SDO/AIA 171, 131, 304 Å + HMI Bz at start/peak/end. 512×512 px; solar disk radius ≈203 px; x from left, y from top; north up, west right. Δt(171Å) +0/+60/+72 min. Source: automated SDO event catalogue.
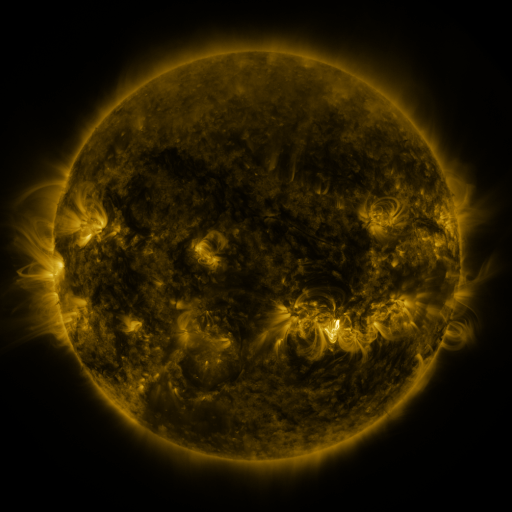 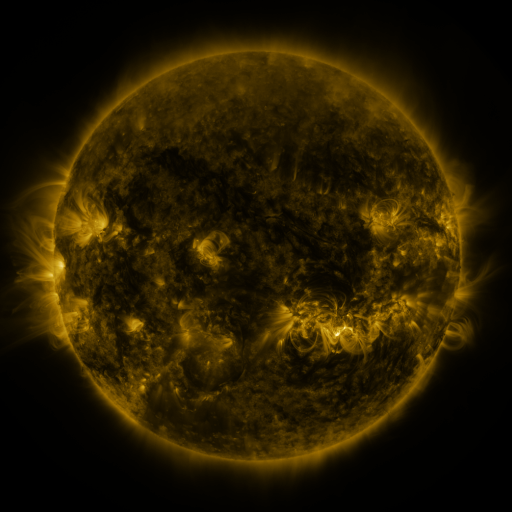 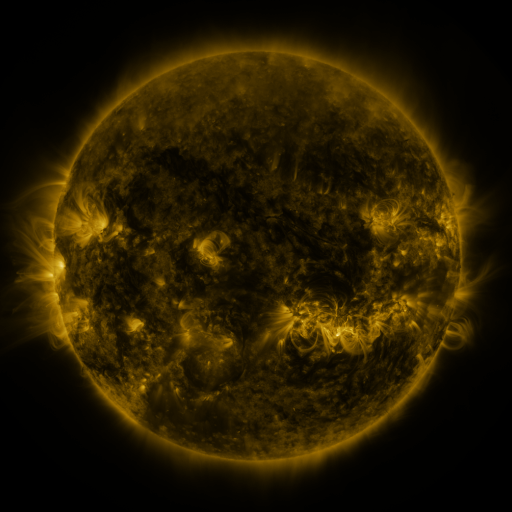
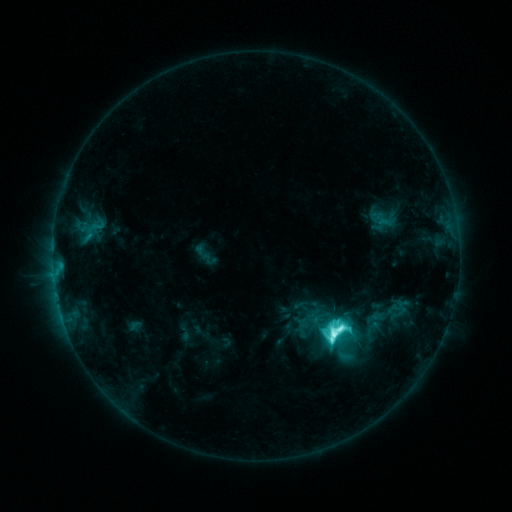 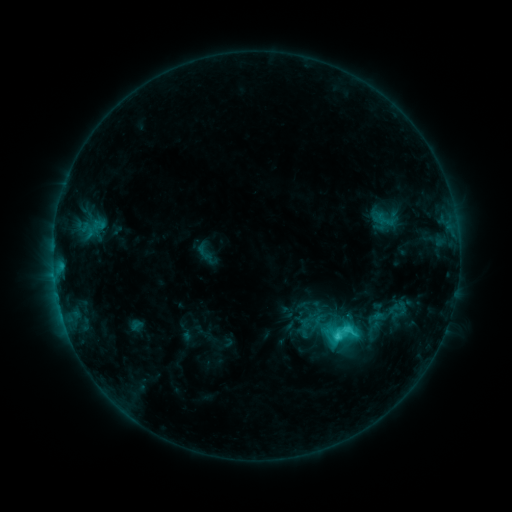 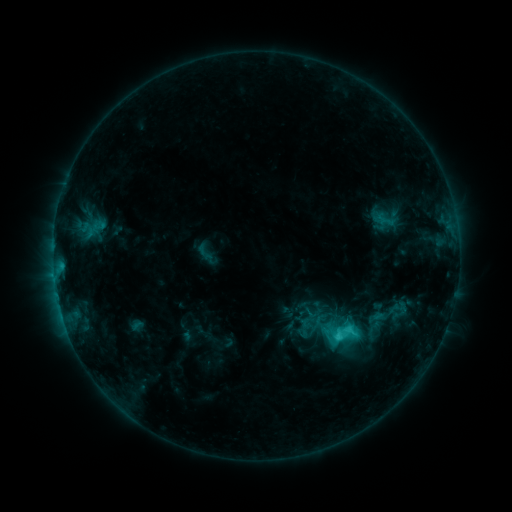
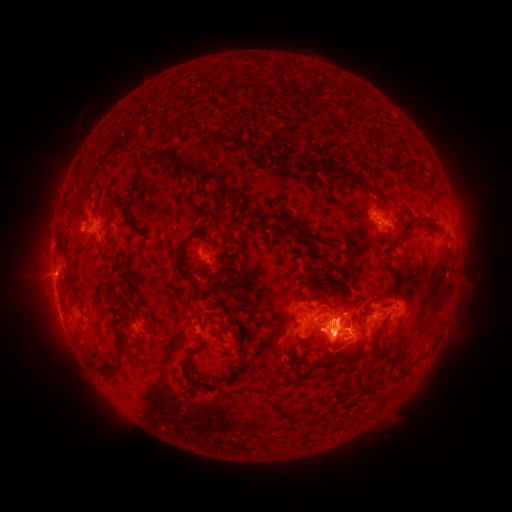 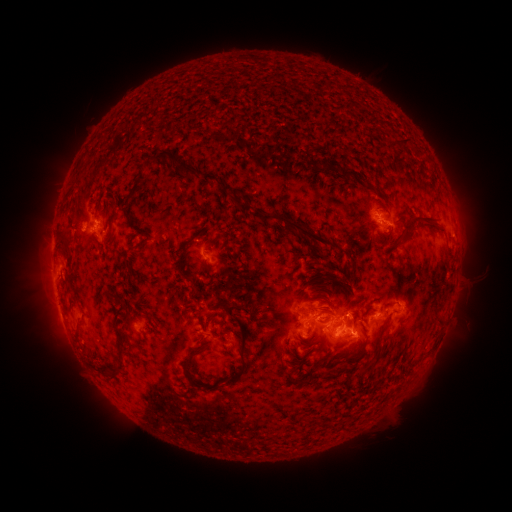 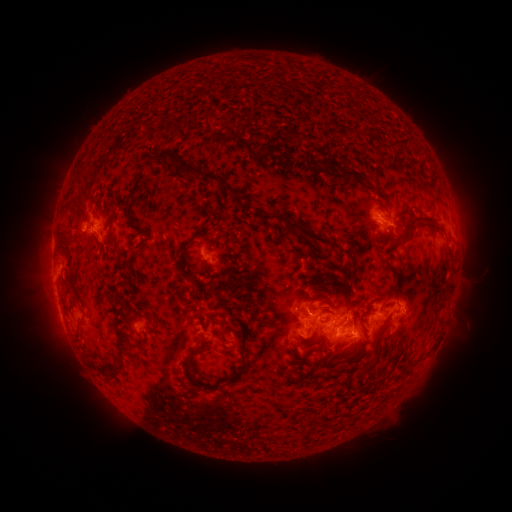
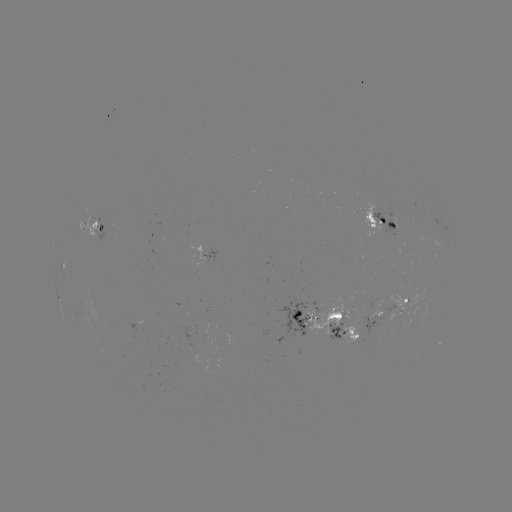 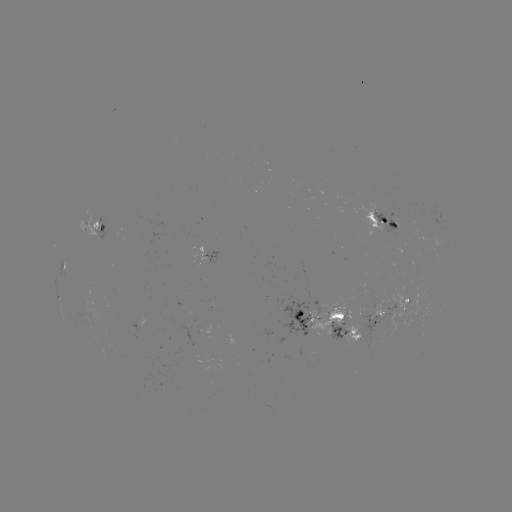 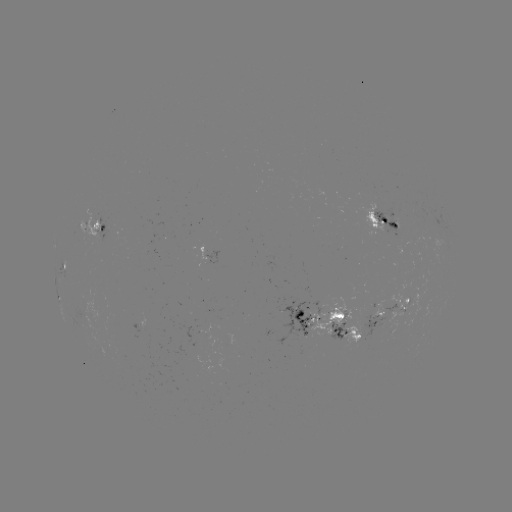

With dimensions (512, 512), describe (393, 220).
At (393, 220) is emerging-flux region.